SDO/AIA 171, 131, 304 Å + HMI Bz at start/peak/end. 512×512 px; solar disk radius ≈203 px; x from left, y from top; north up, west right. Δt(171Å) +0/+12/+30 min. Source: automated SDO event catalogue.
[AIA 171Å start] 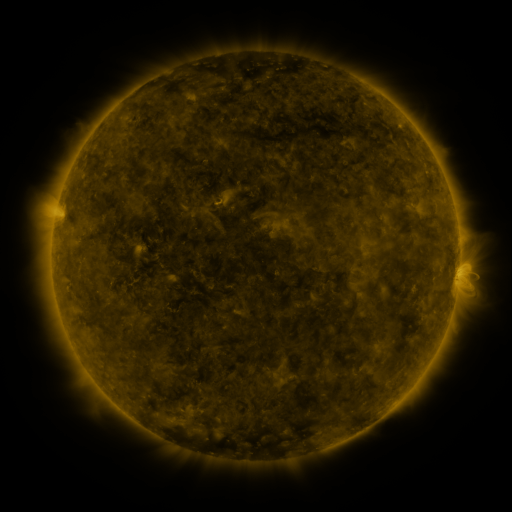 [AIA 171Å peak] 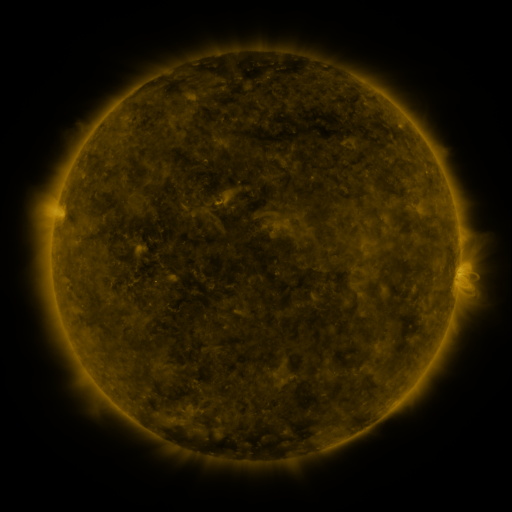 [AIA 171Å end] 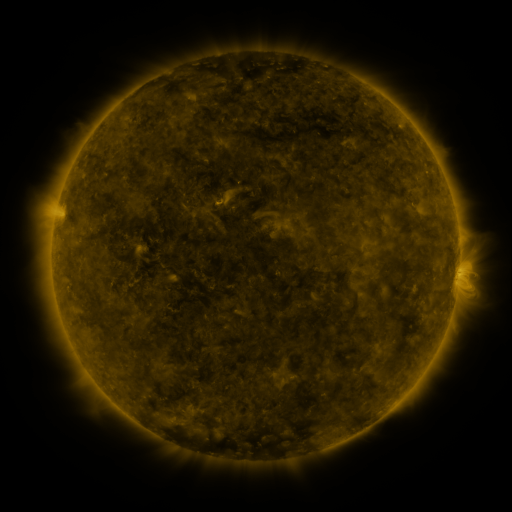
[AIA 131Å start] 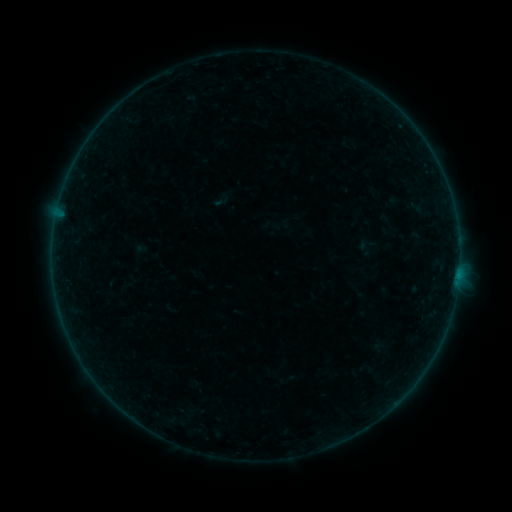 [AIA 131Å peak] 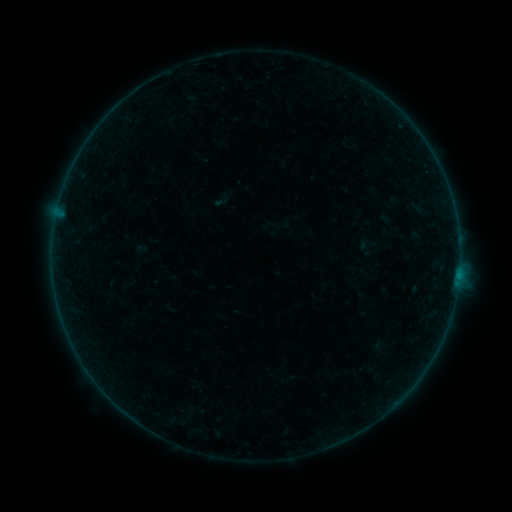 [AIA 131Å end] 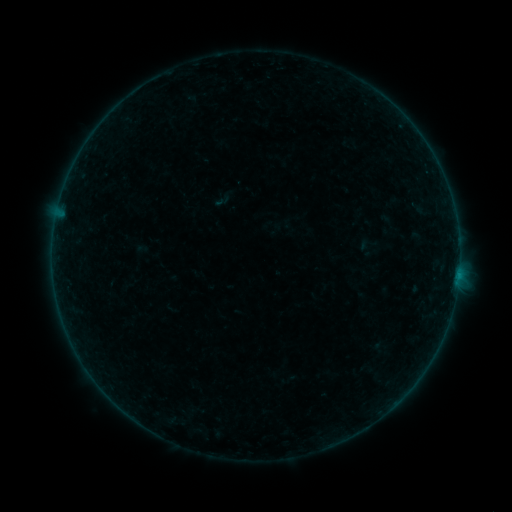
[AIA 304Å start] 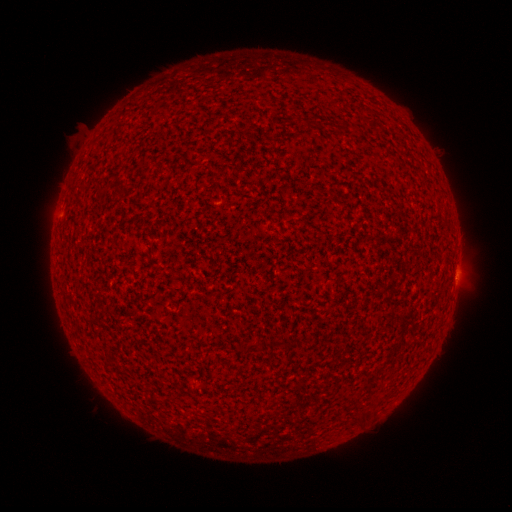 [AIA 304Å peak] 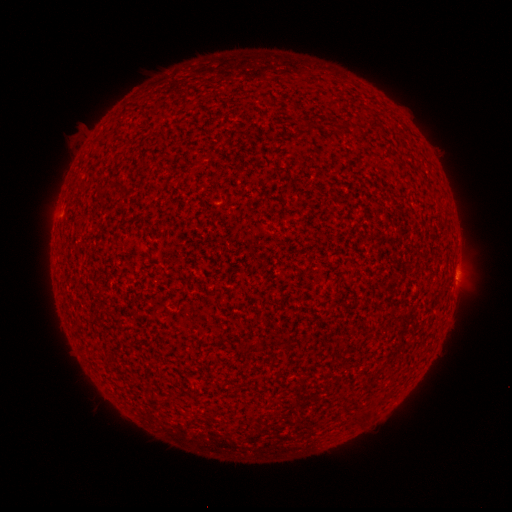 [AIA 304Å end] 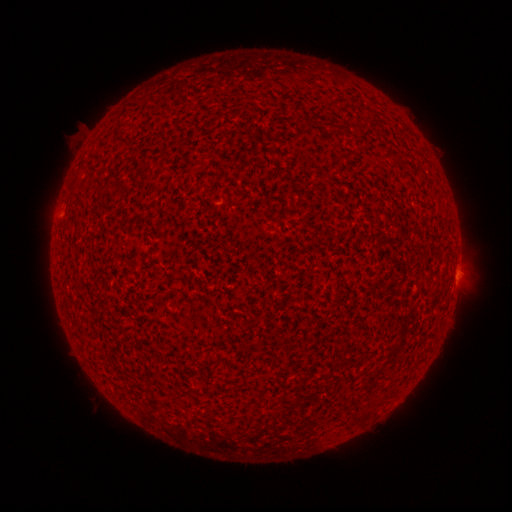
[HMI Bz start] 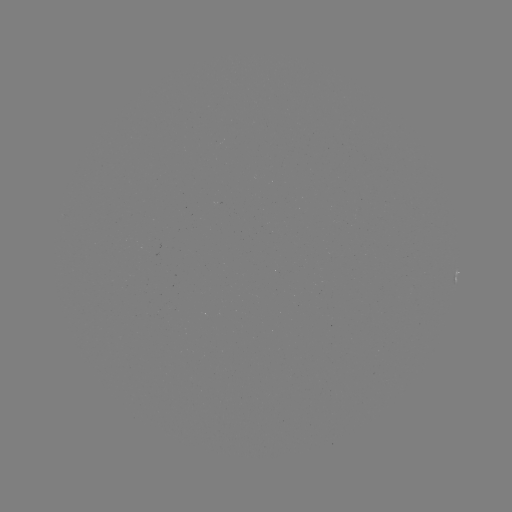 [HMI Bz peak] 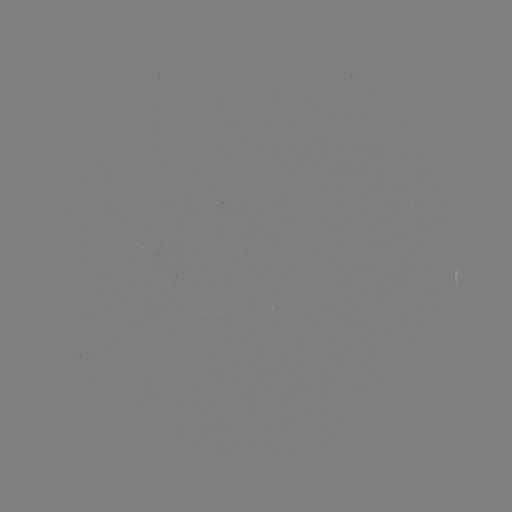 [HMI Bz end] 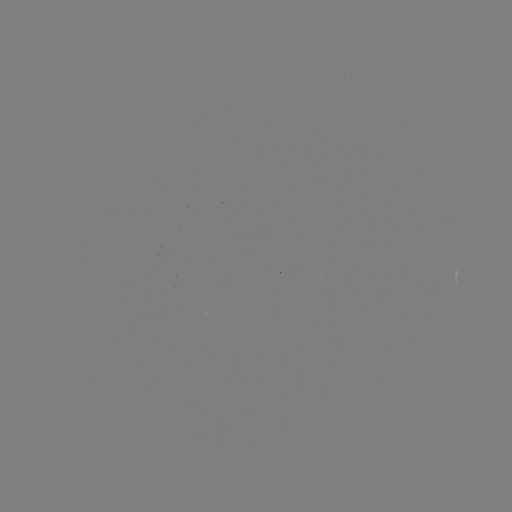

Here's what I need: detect B1.2 flare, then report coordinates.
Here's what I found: B1.2 flare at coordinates [458, 273].